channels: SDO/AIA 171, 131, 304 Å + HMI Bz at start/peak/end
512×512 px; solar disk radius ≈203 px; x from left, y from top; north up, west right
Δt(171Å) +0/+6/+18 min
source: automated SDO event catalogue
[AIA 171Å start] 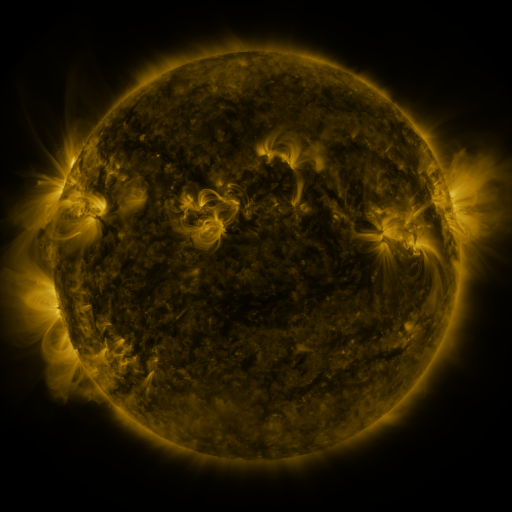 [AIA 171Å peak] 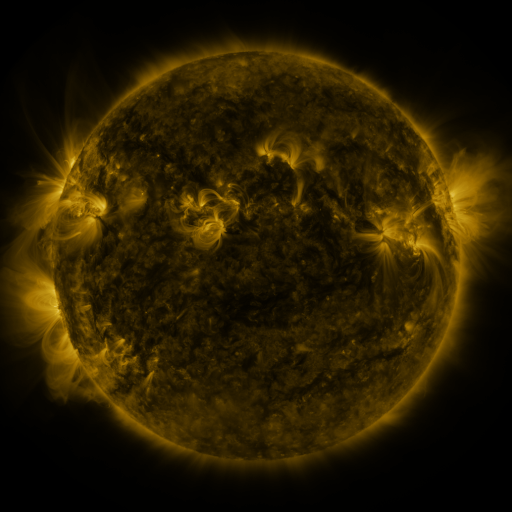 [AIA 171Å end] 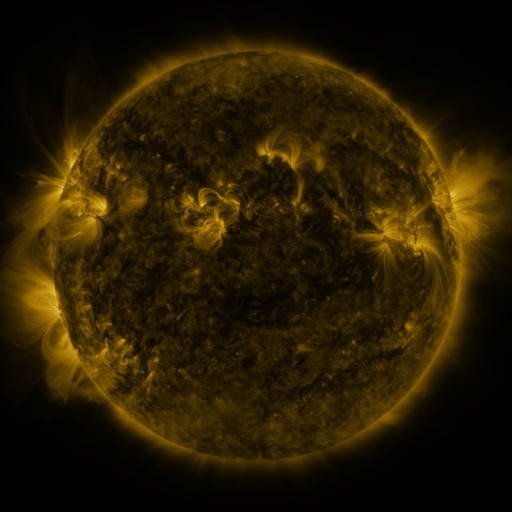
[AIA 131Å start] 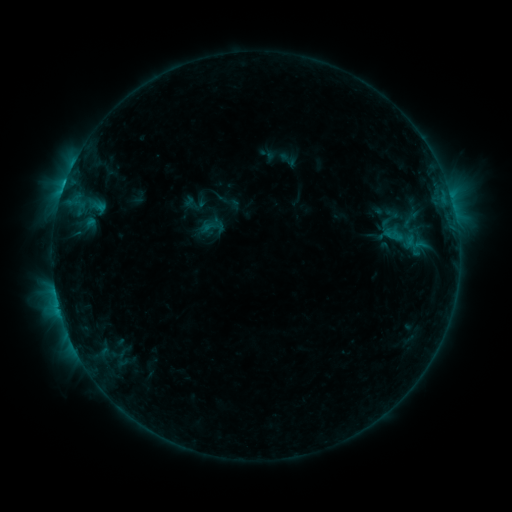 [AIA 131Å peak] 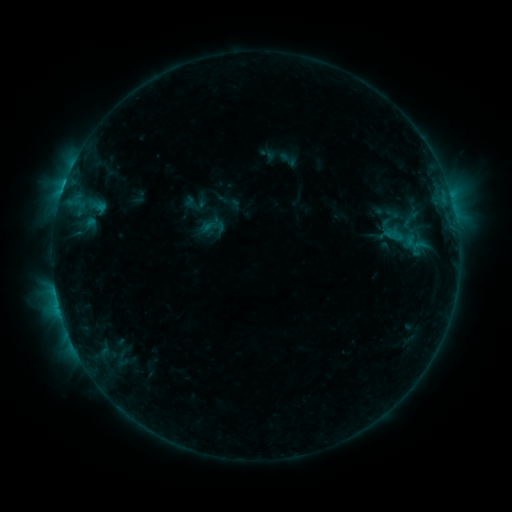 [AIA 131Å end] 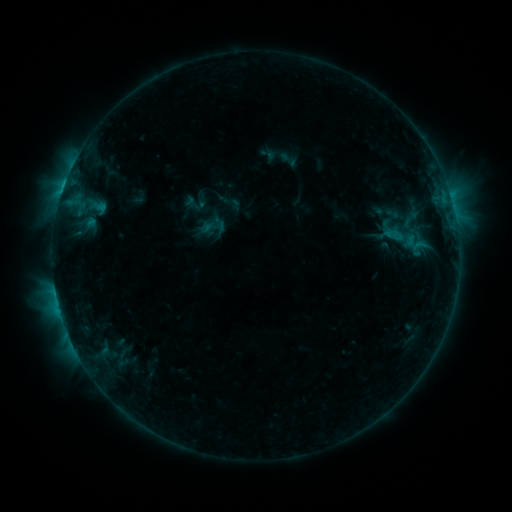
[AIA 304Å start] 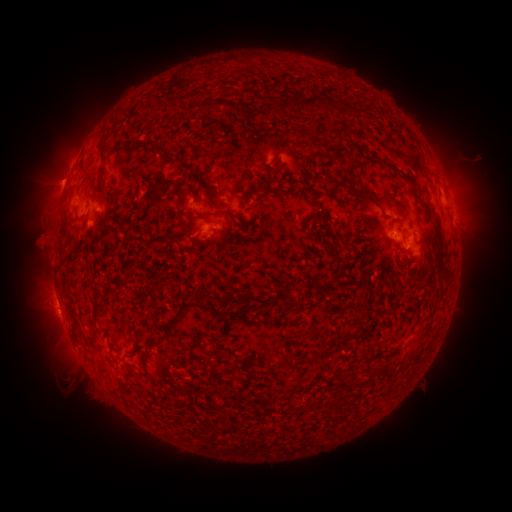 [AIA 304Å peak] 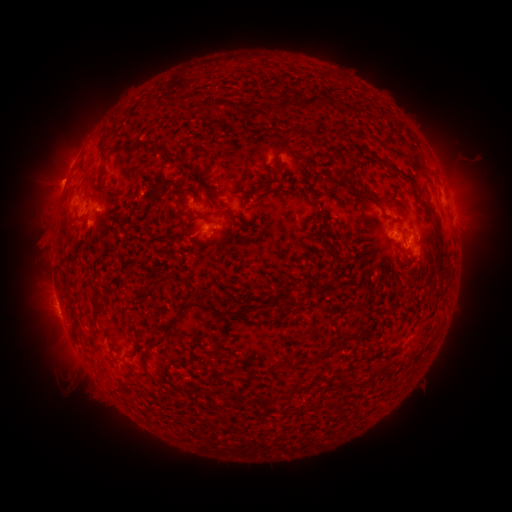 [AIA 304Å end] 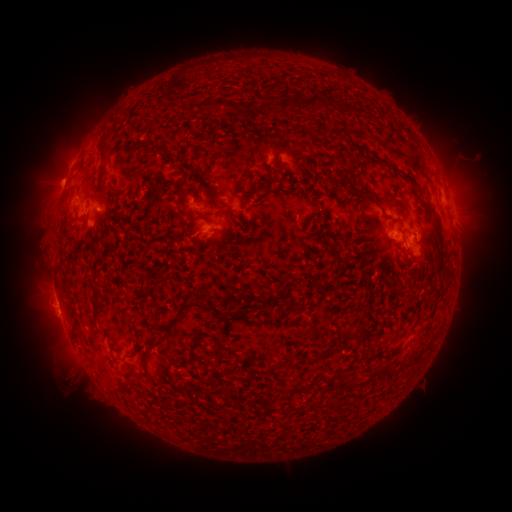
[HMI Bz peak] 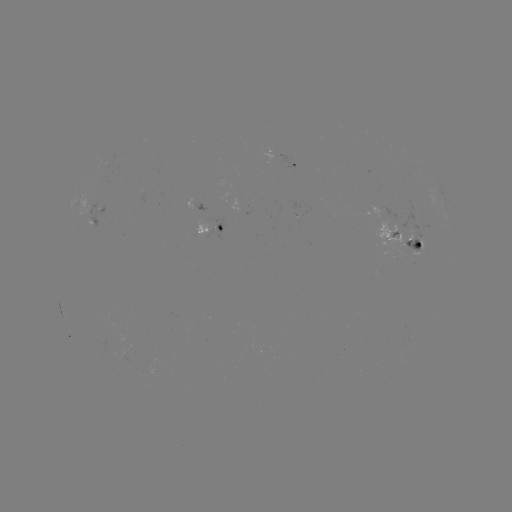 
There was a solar eruption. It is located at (471, 197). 